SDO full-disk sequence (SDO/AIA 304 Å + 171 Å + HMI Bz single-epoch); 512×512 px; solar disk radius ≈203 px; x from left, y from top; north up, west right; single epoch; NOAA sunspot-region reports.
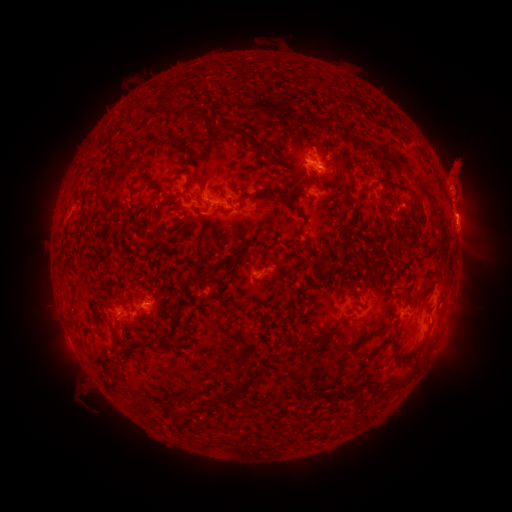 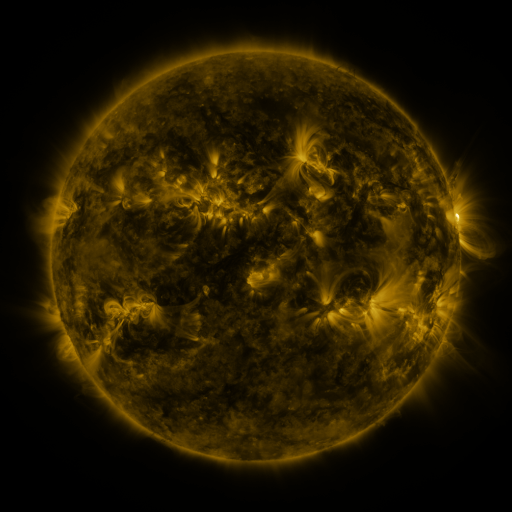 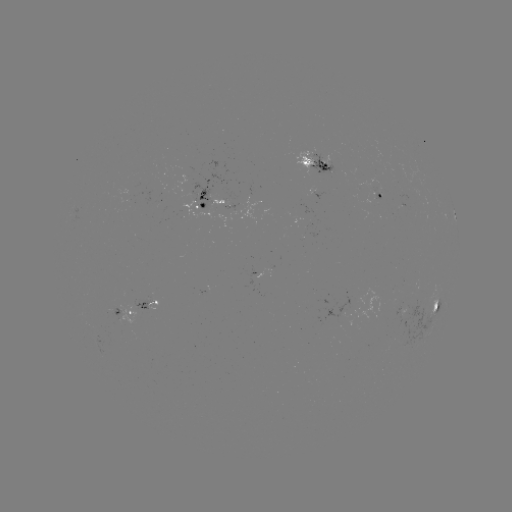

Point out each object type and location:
spotted active region: (317, 161)
spotted active region: (378, 194)
spotted active region: (210, 200)
spotted active region: (457, 227)
spotted active region: (259, 270)
spotted active region: (144, 302)
spotted active region: (435, 307)
spotted active region: (371, 309)
spotted active region: (122, 311)
